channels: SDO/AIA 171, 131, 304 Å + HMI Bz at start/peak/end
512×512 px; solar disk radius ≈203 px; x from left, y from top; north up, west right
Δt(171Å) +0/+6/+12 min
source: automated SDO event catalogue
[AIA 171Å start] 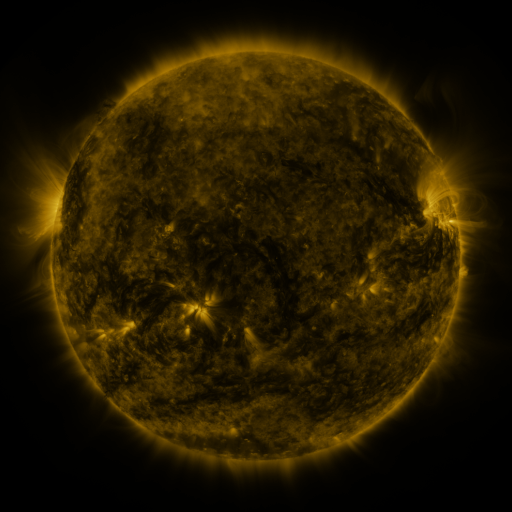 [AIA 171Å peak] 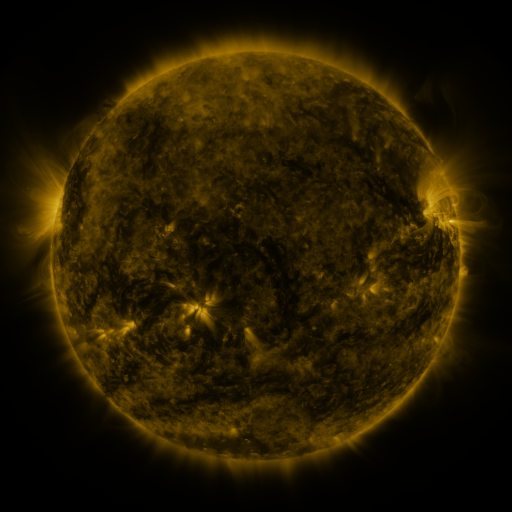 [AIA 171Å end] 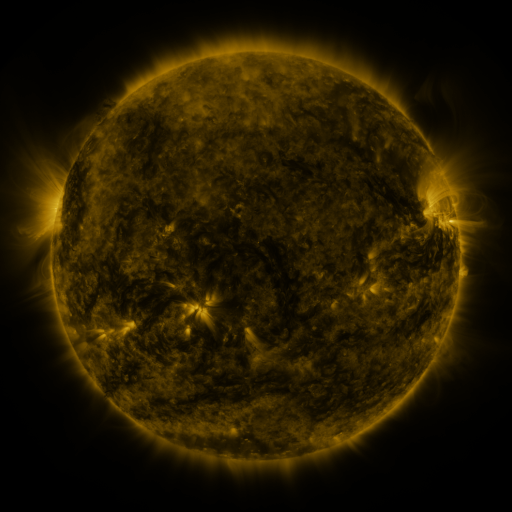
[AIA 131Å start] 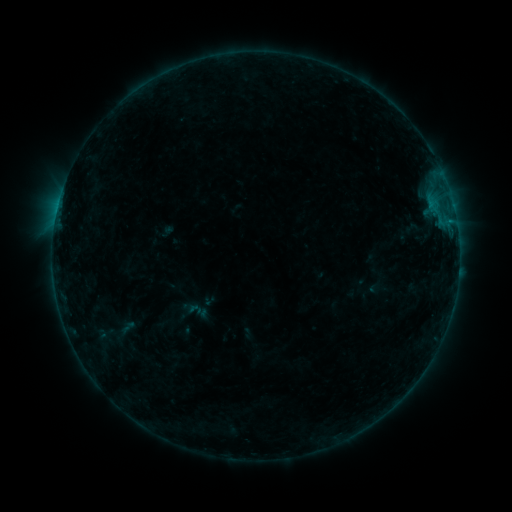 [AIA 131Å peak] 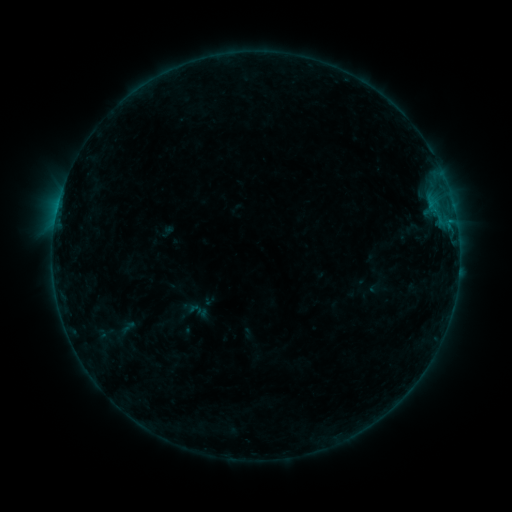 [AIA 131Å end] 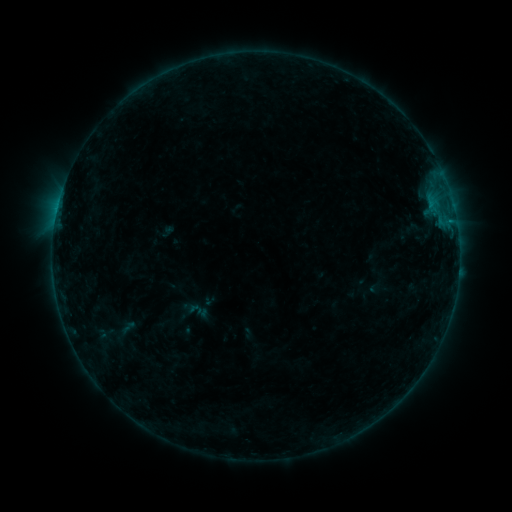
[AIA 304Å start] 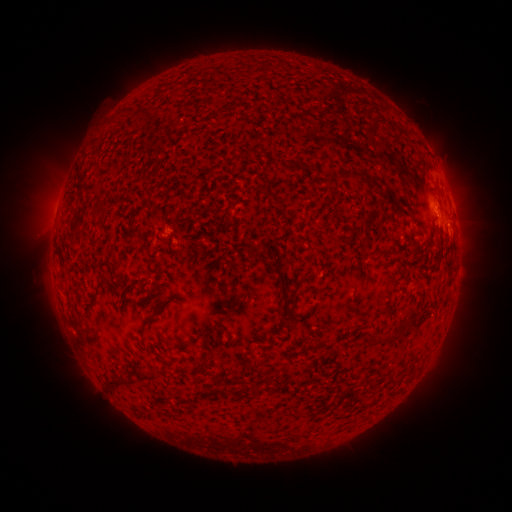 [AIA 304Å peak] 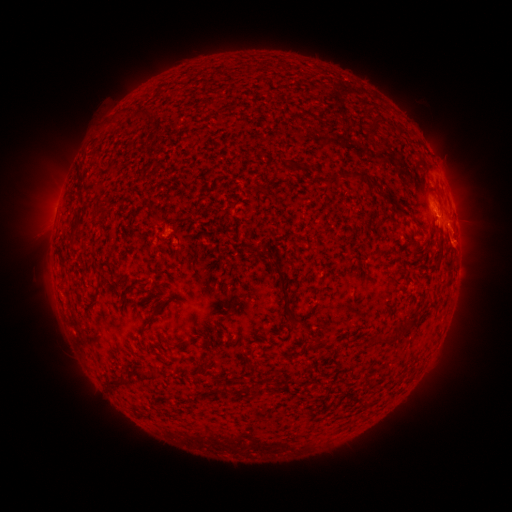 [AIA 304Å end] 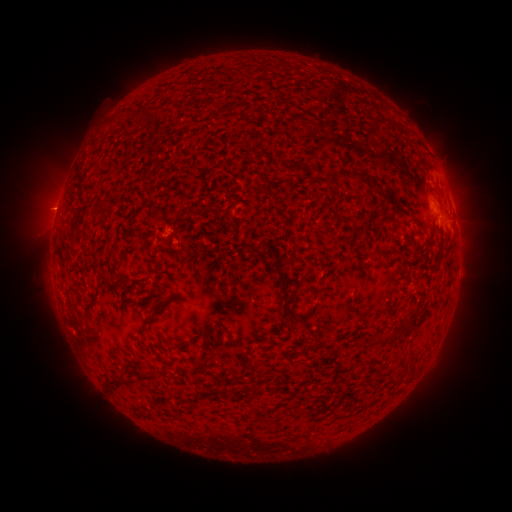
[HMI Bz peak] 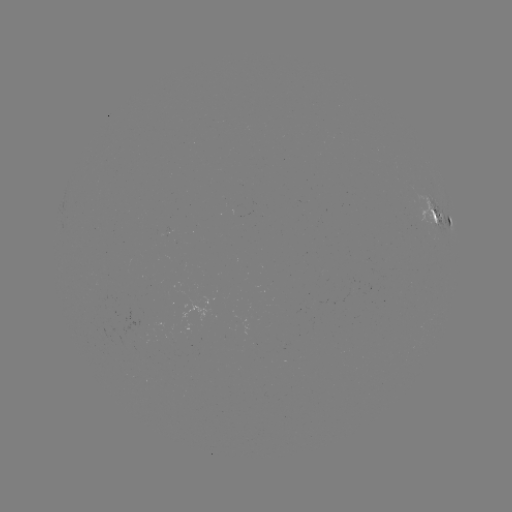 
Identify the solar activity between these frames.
eruption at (458, 243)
